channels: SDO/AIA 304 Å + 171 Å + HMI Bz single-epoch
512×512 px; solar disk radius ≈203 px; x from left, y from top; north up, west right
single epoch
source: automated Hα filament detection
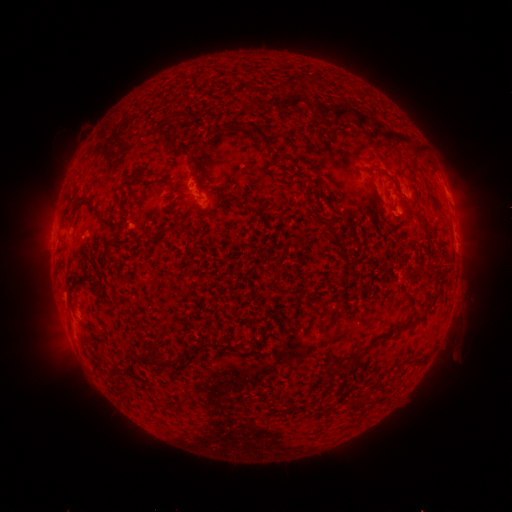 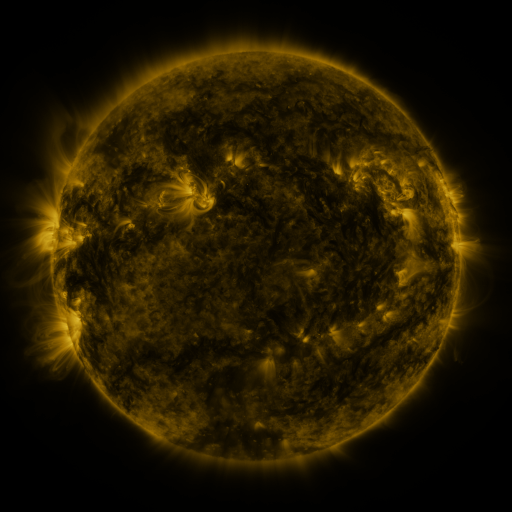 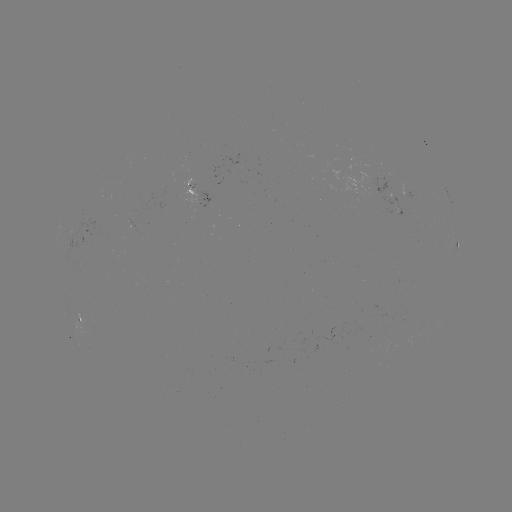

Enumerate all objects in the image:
filament: [283, 98, 302, 114]
filament: [333, 109, 352, 124]
filament: [317, 110, 326, 119]
filament: [356, 115, 368, 132]
filament: [241, 122, 267, 141]
filament: [386, 133, 412, 149]
filament: [414, 148, 425, 158]
filament: [192, 161, 203, 172]
filament: [75, 193, 99, 217]
filament: [240, 194, 250, 206]
filament: [310, 206, 324, 225]
filament: [104, 213, 113, 224]
filament: [328, 227, 346, 255]
filament: [409, 318, 416, 328]
filament: [211, 340, 234, 350]
filament: [148, 355, 178, 366]
